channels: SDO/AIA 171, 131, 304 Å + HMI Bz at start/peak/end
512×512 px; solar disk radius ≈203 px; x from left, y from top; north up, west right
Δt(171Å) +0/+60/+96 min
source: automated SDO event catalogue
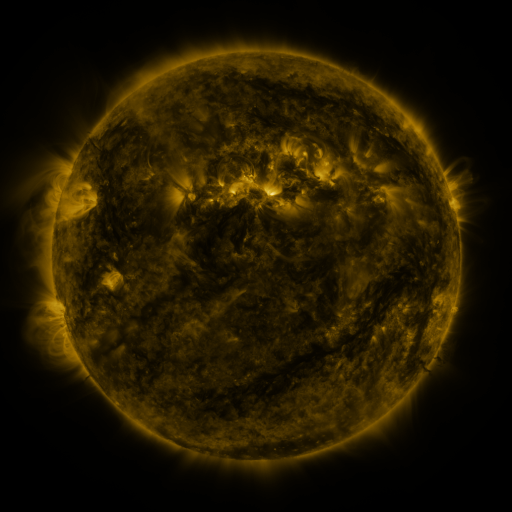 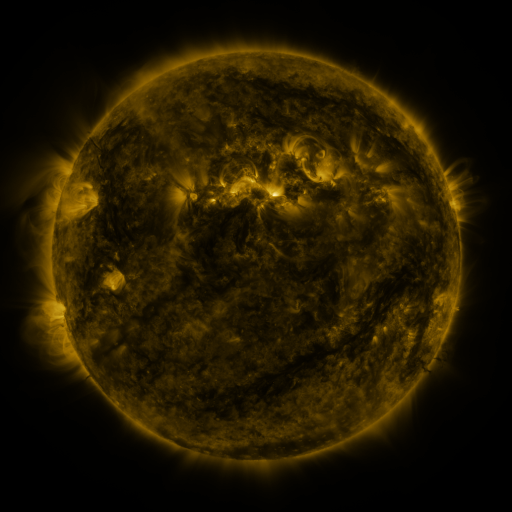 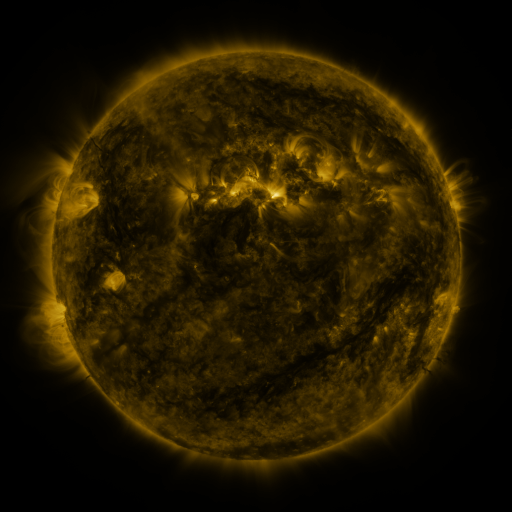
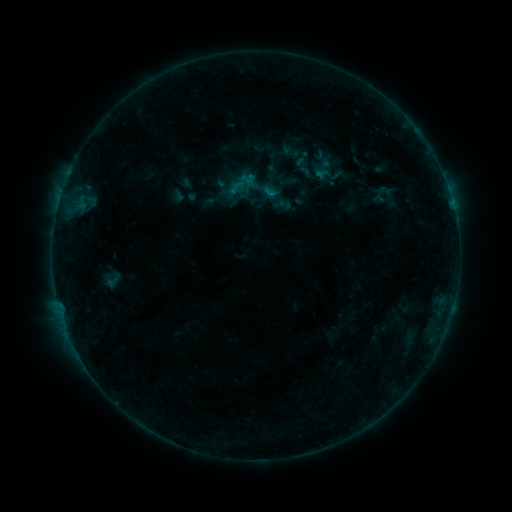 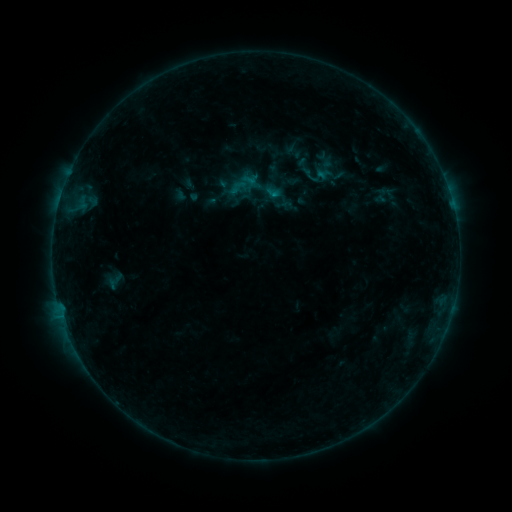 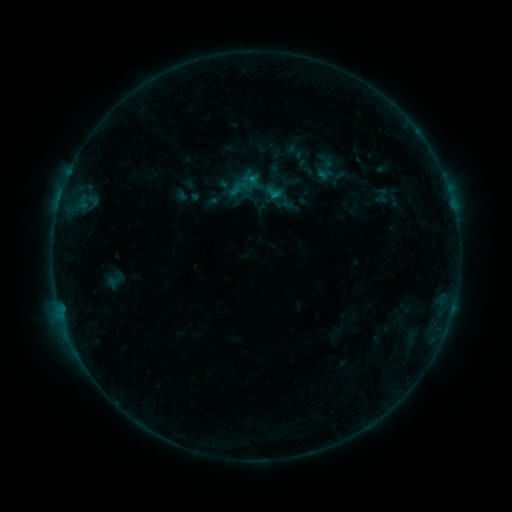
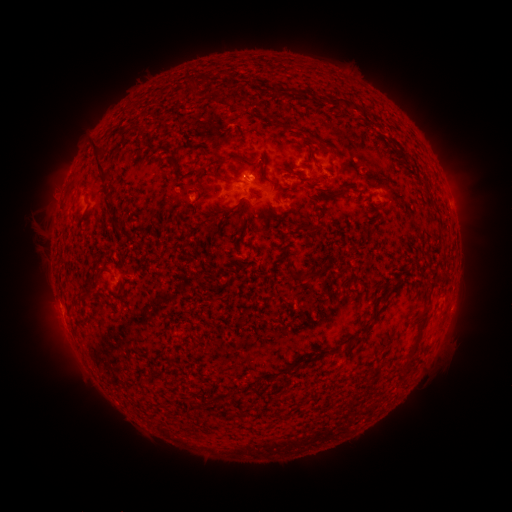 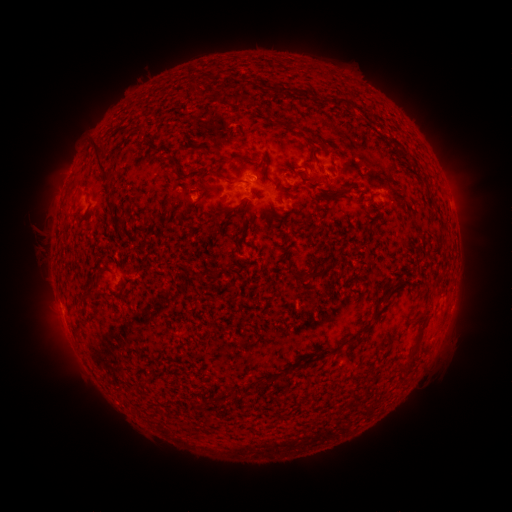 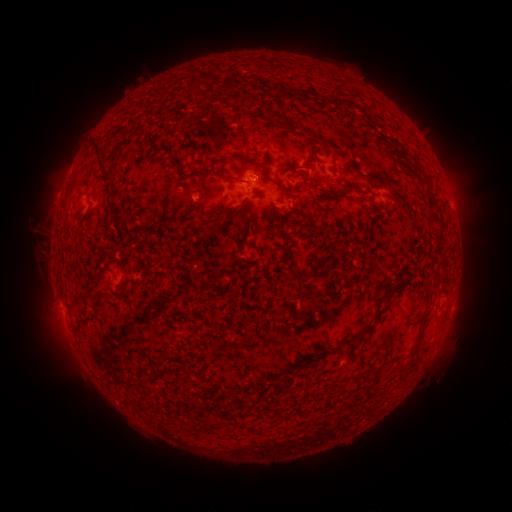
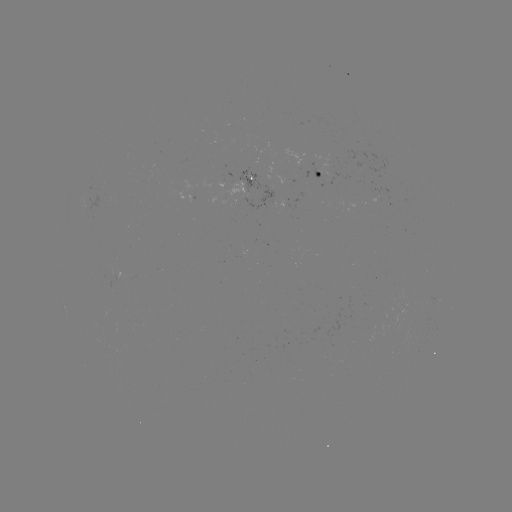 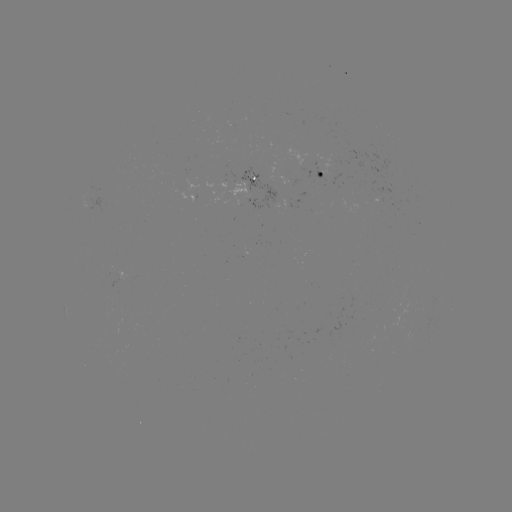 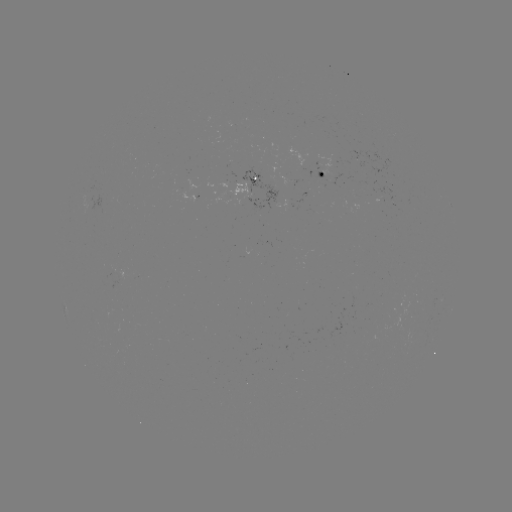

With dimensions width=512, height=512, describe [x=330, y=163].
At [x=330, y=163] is emerging-flux region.